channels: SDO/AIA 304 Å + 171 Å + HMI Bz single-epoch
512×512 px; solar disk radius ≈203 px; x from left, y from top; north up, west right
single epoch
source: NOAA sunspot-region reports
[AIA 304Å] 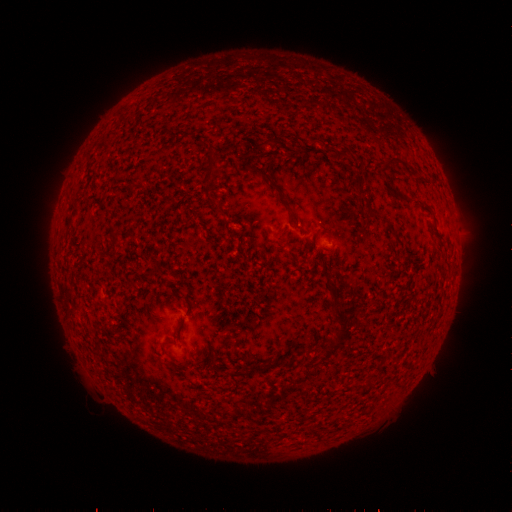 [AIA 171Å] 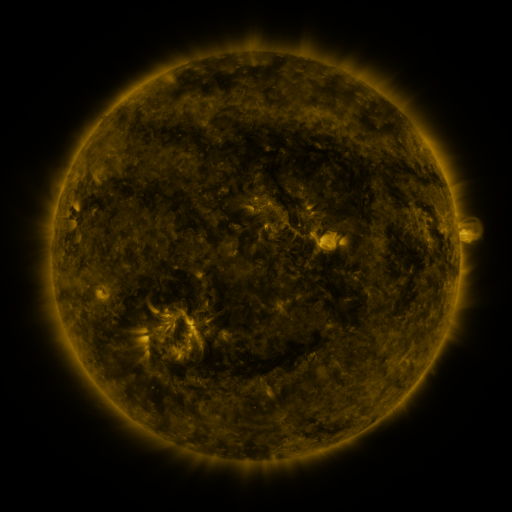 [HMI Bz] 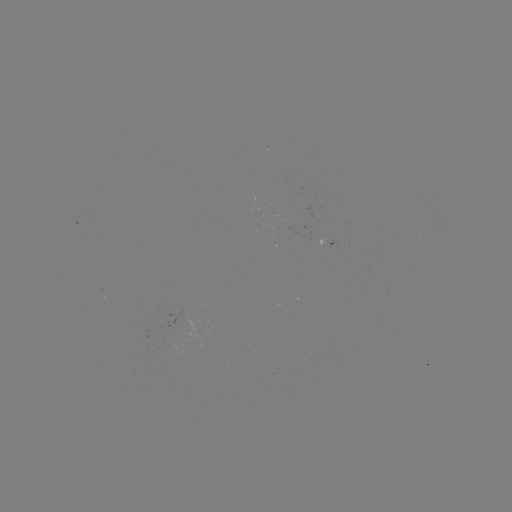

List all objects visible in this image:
spotted active region: (81, 220)
spotted active region: (325, 241)
